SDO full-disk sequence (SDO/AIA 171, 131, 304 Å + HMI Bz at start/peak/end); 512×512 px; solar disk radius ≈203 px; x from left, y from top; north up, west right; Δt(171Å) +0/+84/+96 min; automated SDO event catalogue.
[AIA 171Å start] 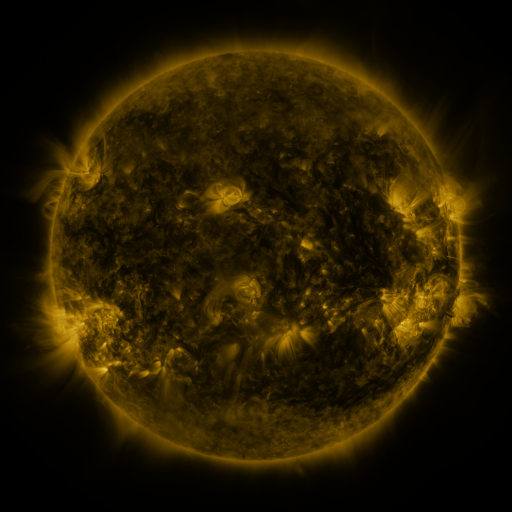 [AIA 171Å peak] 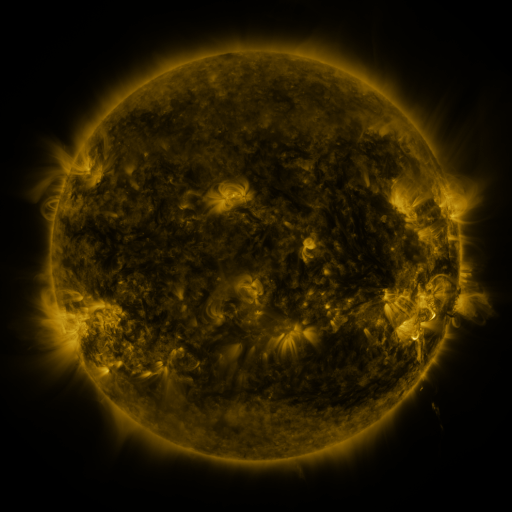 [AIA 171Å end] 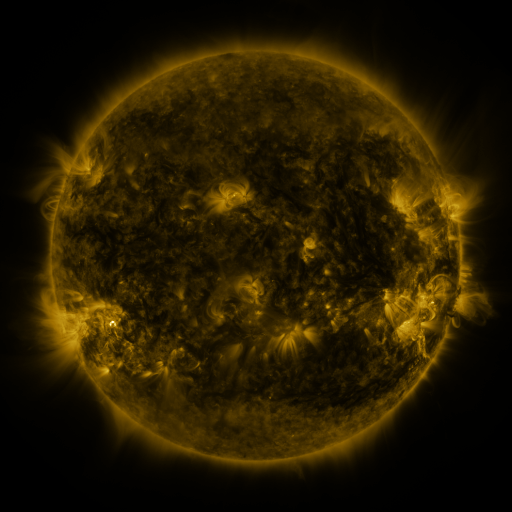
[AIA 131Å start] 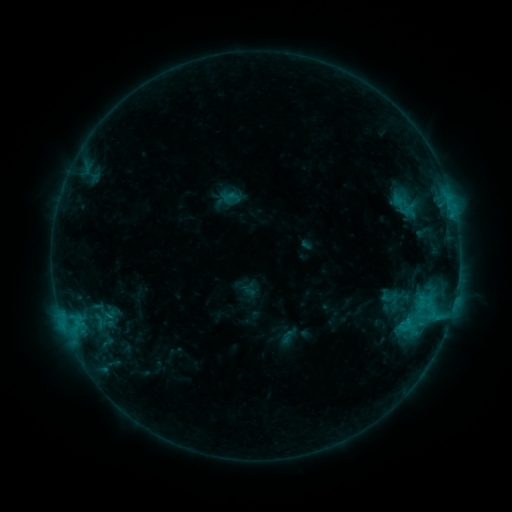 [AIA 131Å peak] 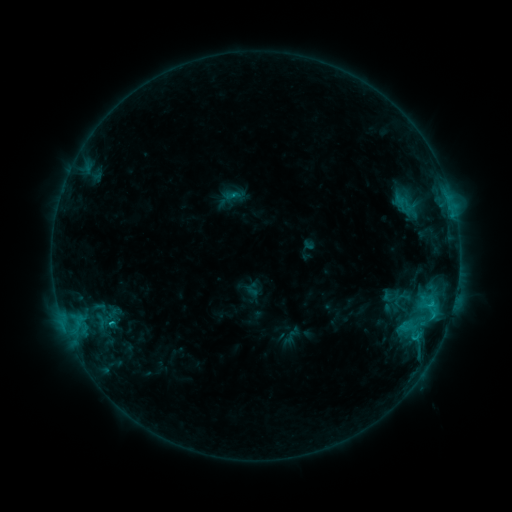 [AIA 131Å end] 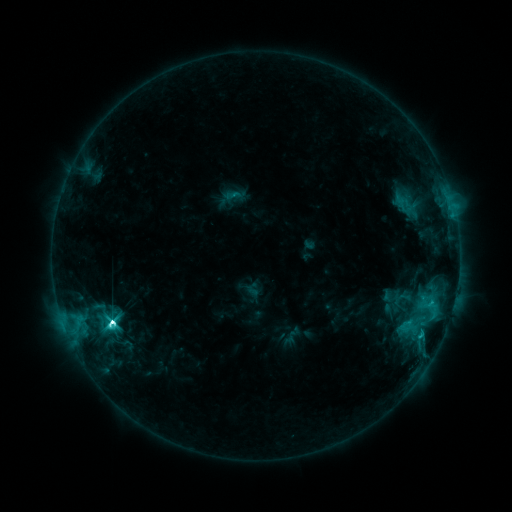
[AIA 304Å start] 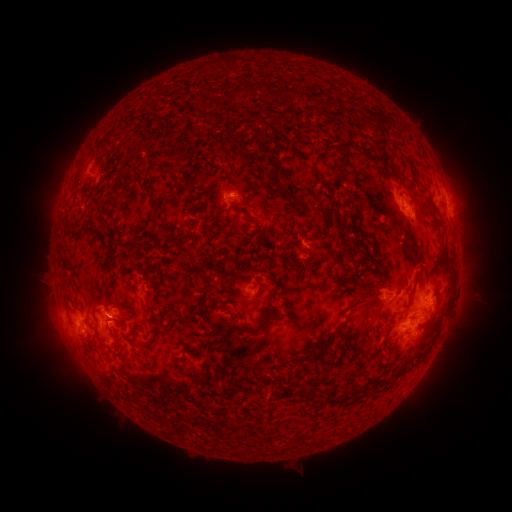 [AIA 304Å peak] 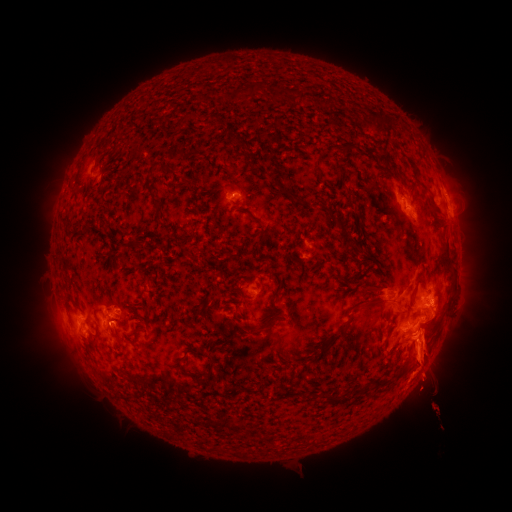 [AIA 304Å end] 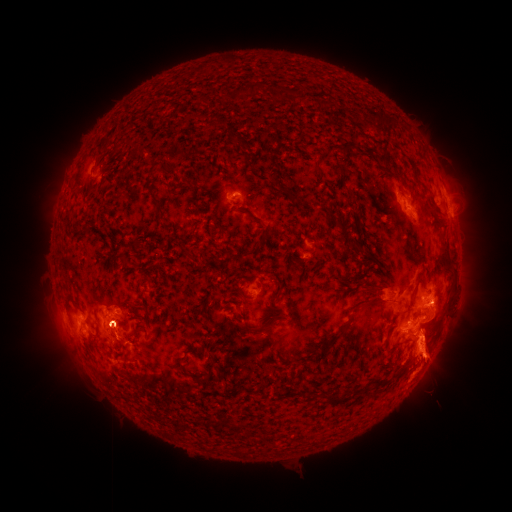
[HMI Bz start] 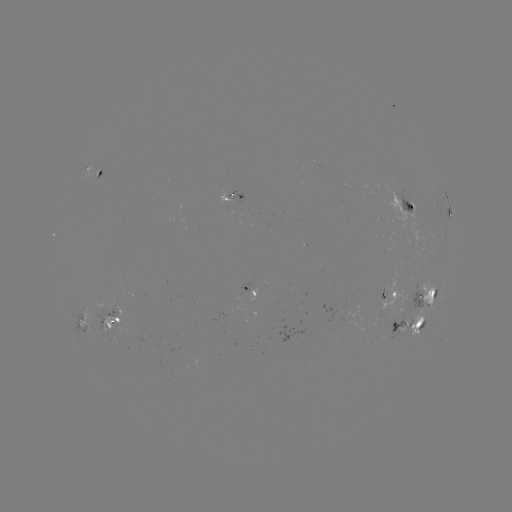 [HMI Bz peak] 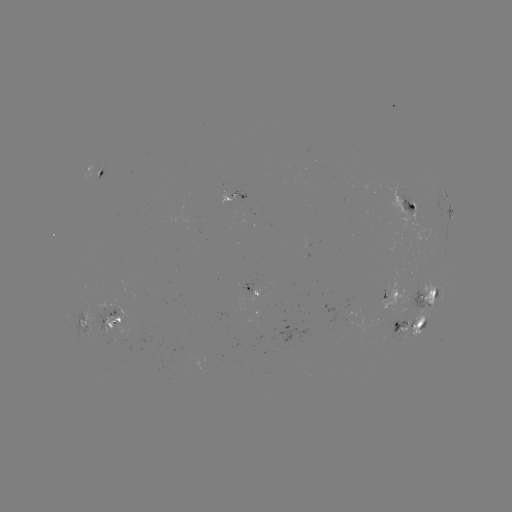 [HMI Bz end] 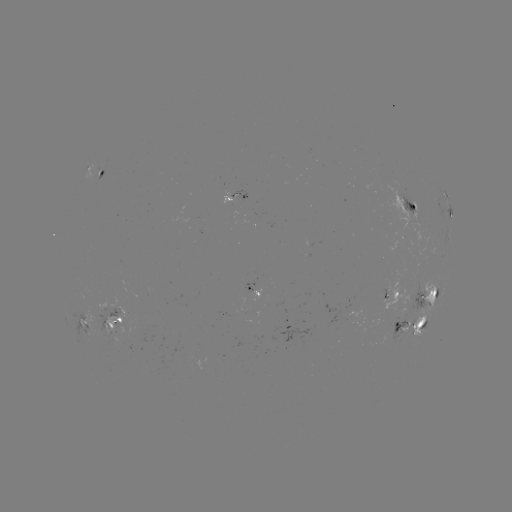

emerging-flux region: [221, 190, 233, 204]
